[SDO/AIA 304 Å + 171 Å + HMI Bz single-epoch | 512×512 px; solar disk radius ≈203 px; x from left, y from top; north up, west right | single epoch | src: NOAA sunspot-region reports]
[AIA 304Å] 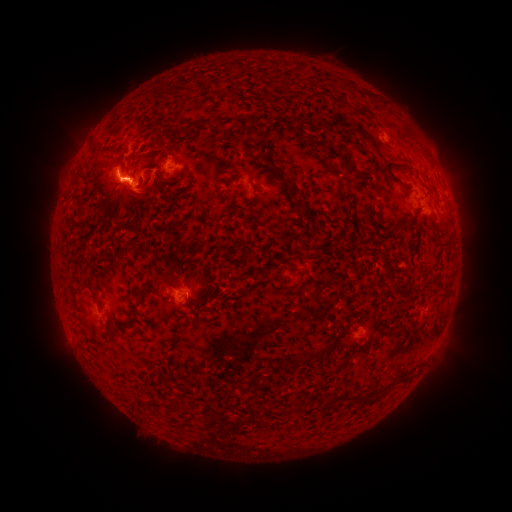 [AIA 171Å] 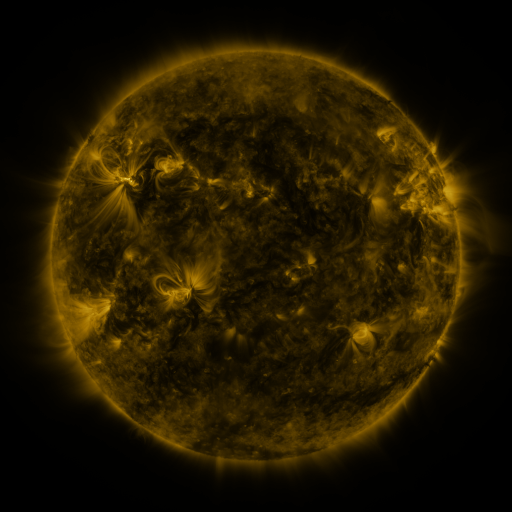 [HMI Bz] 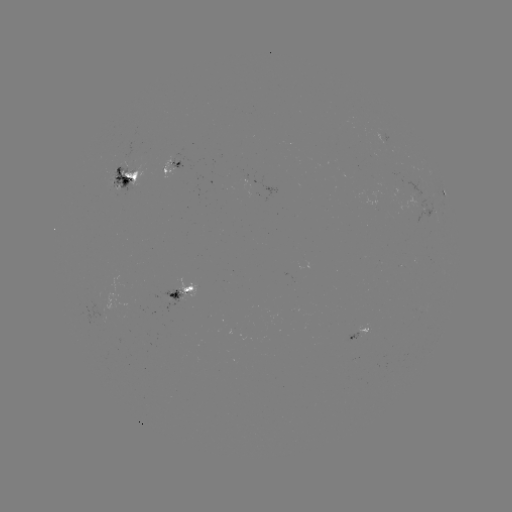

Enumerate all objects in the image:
spotted active region: (174, 164)
spotted active region: (128, 178)
spotted active region: (444, 193)
spotted active region: (186, 292)
spotted active region: (362, 329)
